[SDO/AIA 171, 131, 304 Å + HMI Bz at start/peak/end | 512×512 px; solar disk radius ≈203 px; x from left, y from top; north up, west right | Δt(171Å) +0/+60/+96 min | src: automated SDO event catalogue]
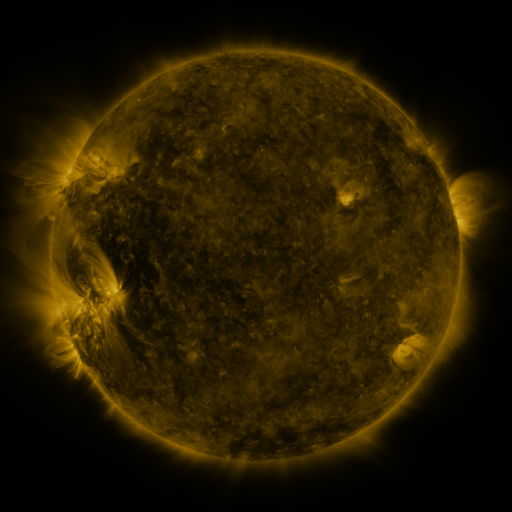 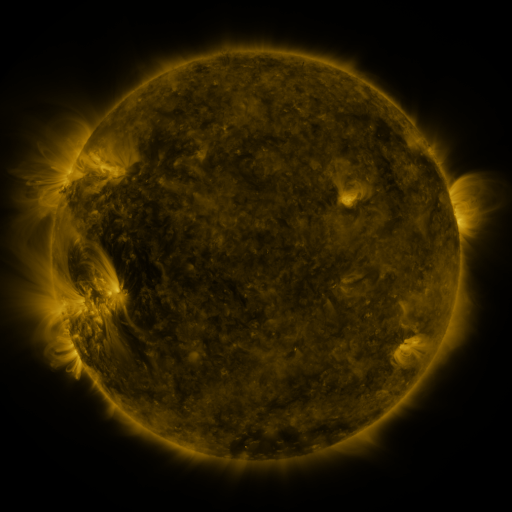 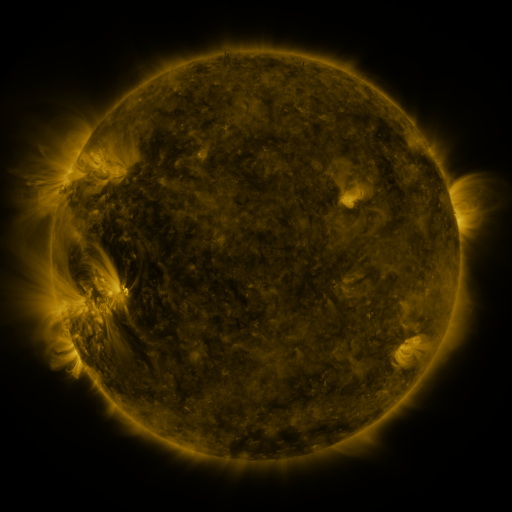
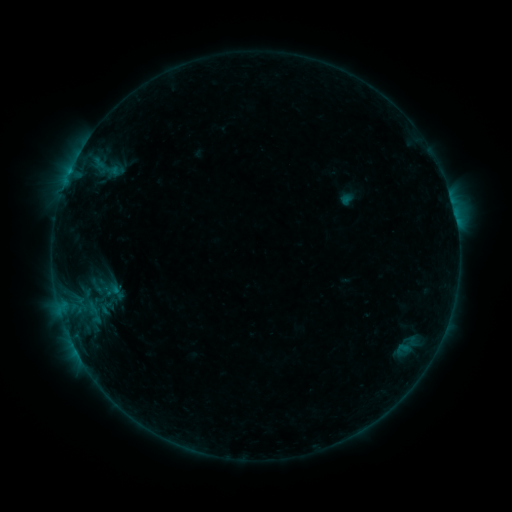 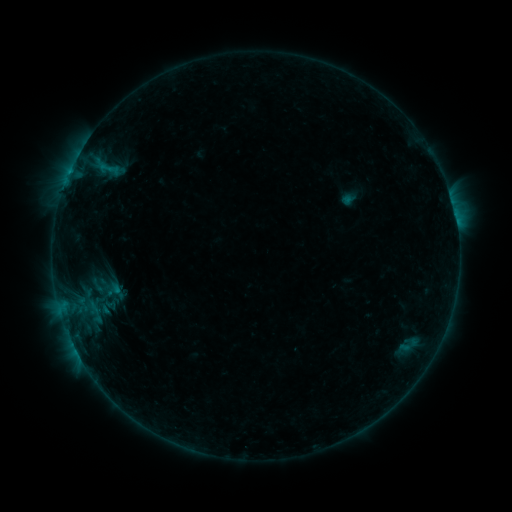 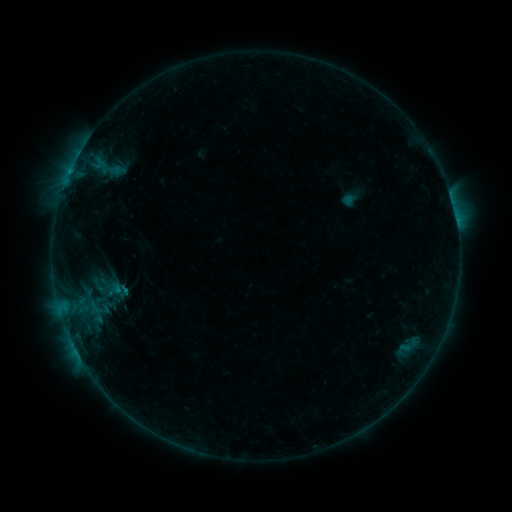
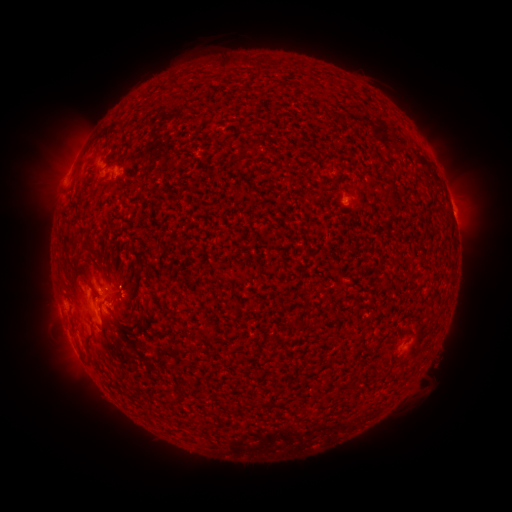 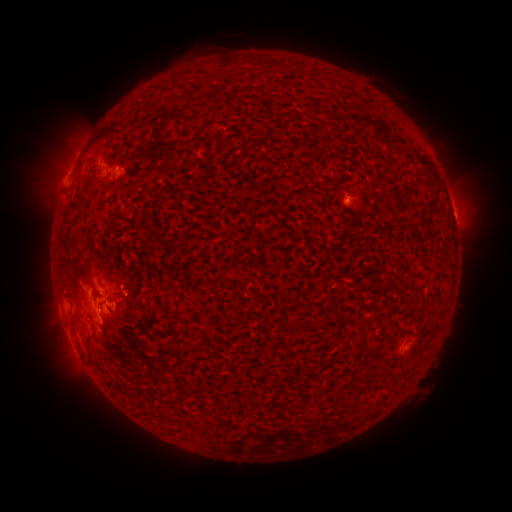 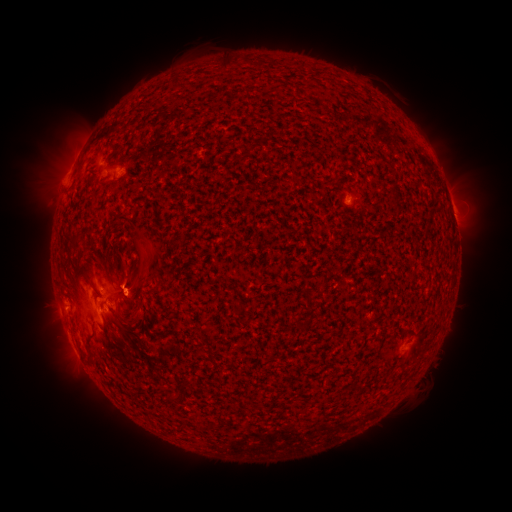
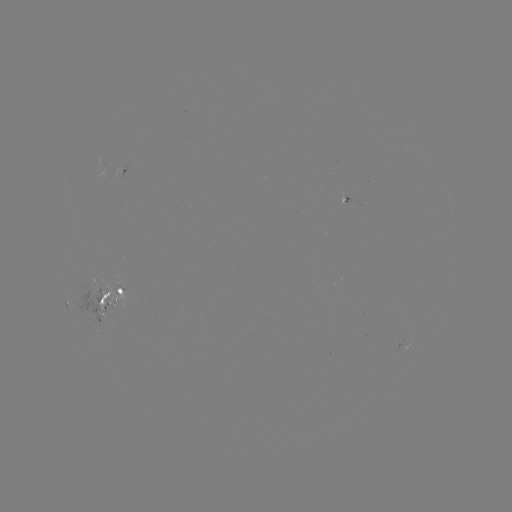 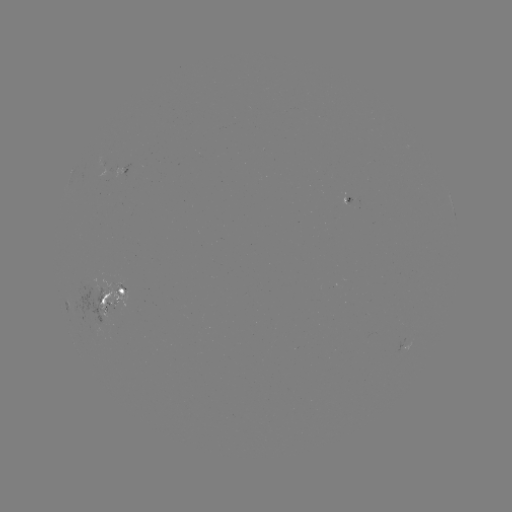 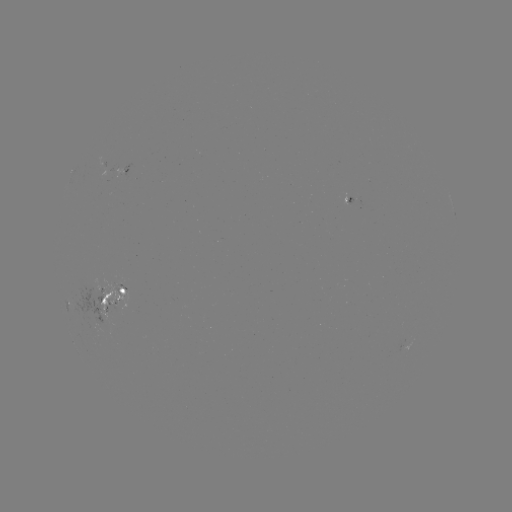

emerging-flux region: [92, 285, 132, 317]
